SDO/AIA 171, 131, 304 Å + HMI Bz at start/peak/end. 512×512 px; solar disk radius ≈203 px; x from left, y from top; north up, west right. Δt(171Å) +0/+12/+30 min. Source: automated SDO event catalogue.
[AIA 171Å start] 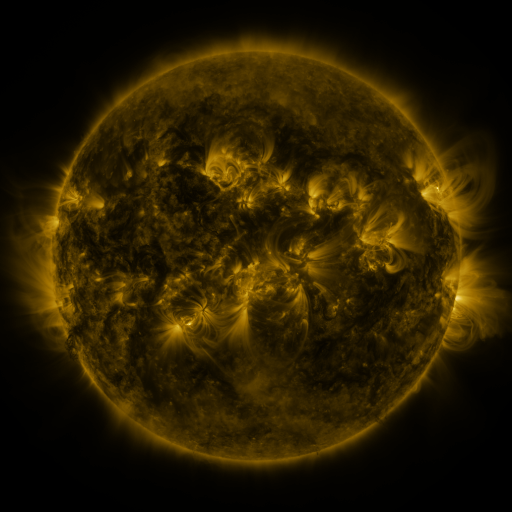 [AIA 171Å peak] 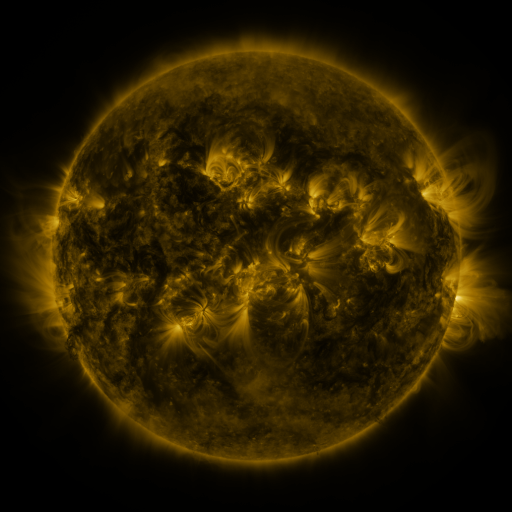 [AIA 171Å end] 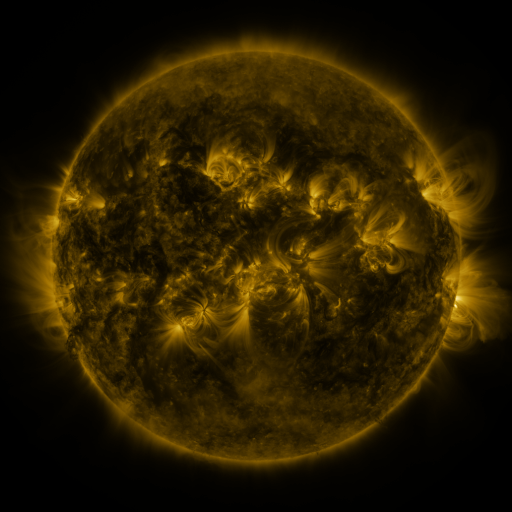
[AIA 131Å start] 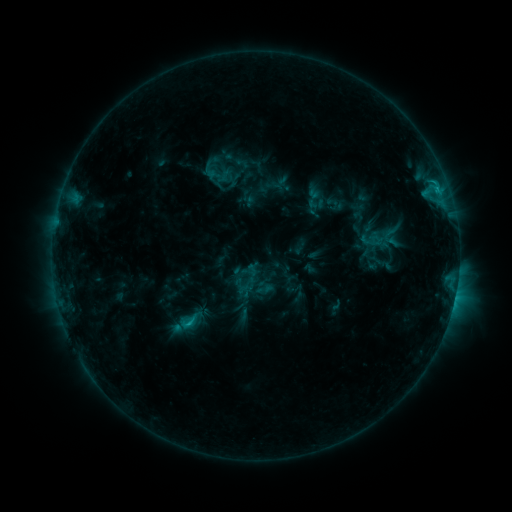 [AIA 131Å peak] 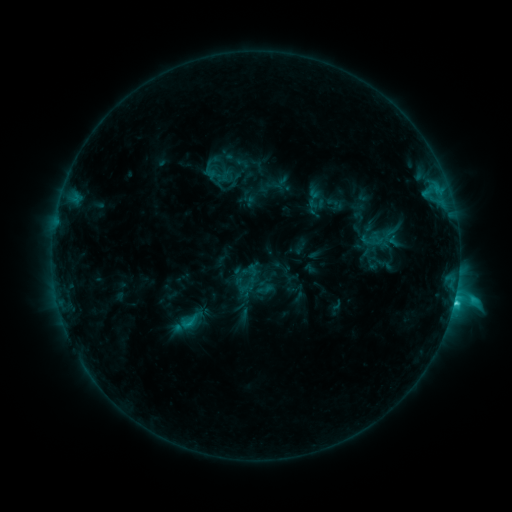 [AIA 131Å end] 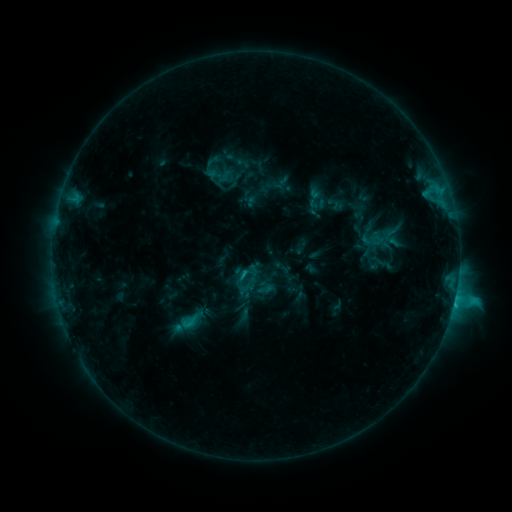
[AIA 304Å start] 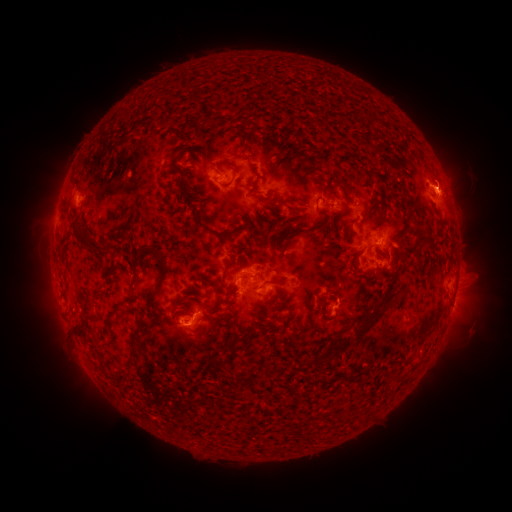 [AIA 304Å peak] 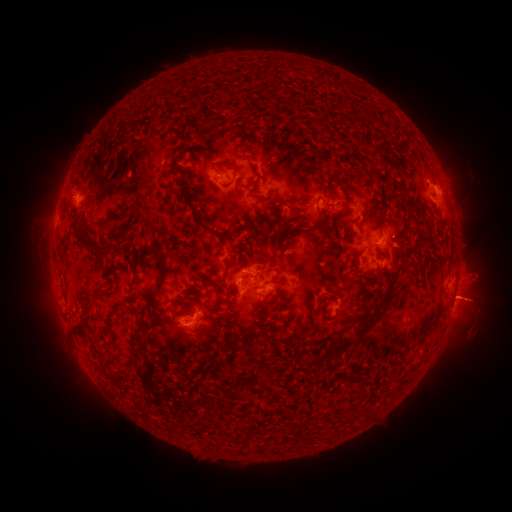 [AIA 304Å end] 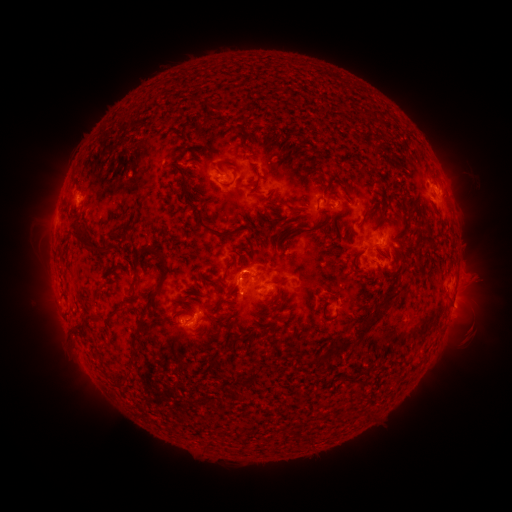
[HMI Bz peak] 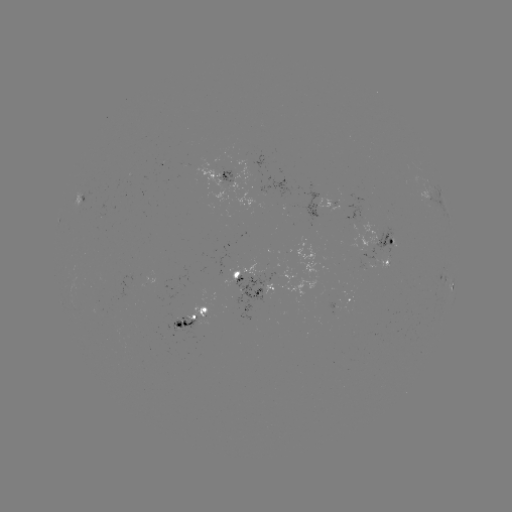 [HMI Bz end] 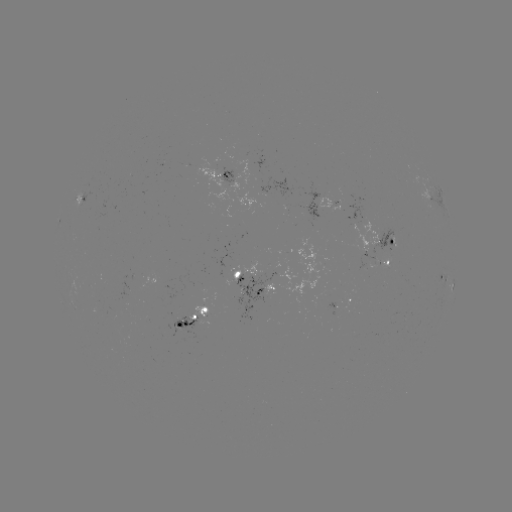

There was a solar flare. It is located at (453, 300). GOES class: C2.5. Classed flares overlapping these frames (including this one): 1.